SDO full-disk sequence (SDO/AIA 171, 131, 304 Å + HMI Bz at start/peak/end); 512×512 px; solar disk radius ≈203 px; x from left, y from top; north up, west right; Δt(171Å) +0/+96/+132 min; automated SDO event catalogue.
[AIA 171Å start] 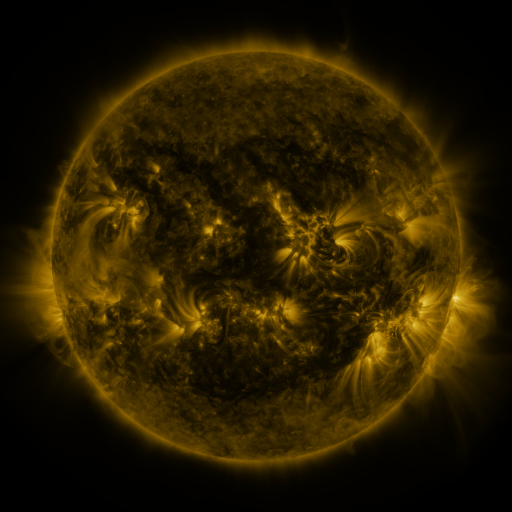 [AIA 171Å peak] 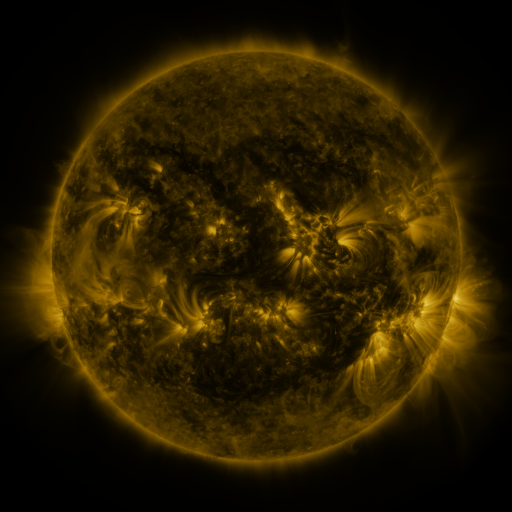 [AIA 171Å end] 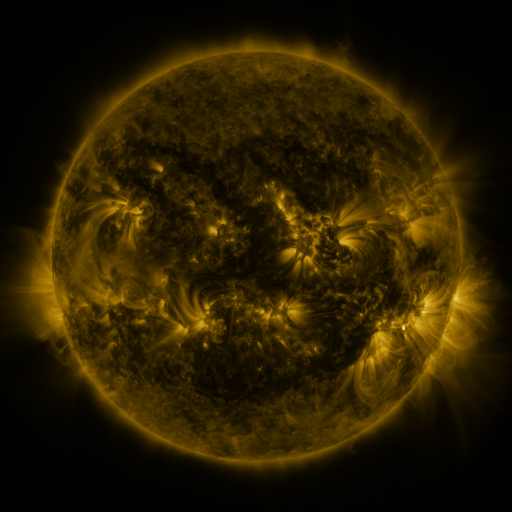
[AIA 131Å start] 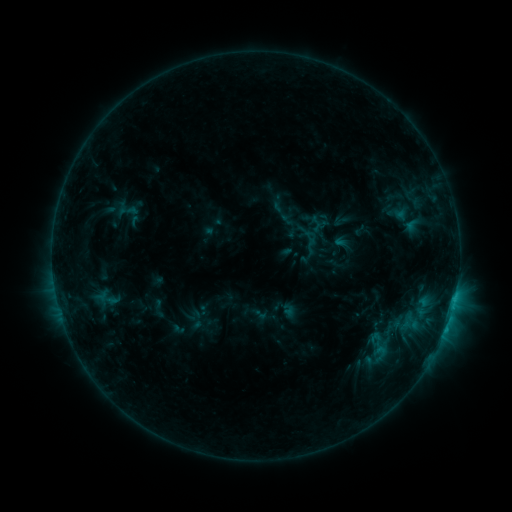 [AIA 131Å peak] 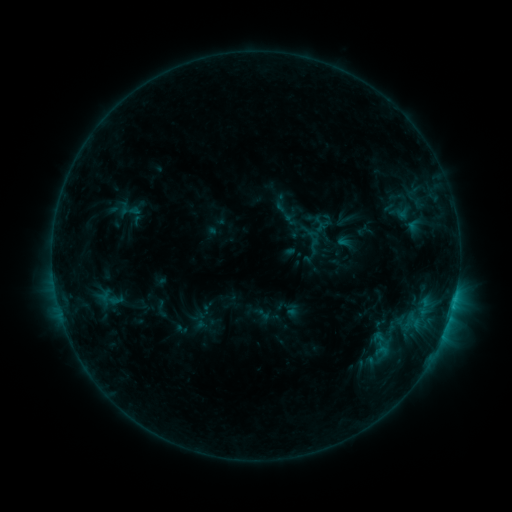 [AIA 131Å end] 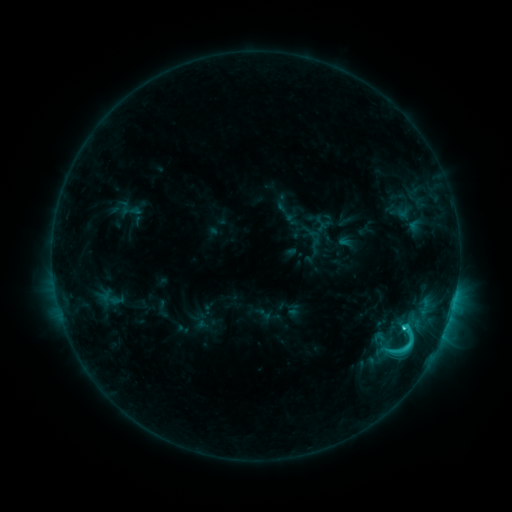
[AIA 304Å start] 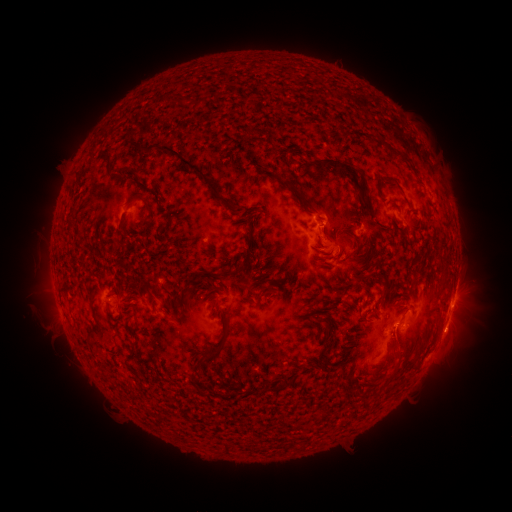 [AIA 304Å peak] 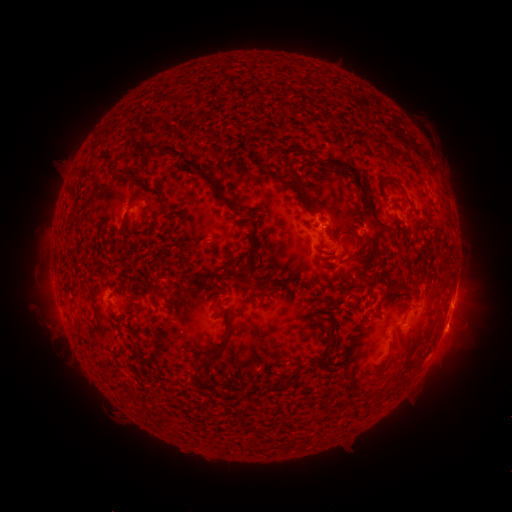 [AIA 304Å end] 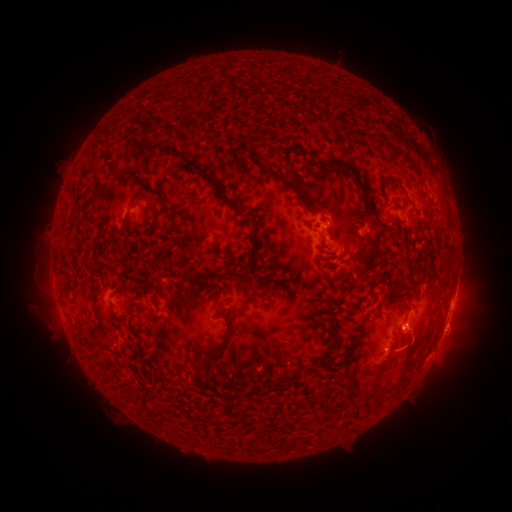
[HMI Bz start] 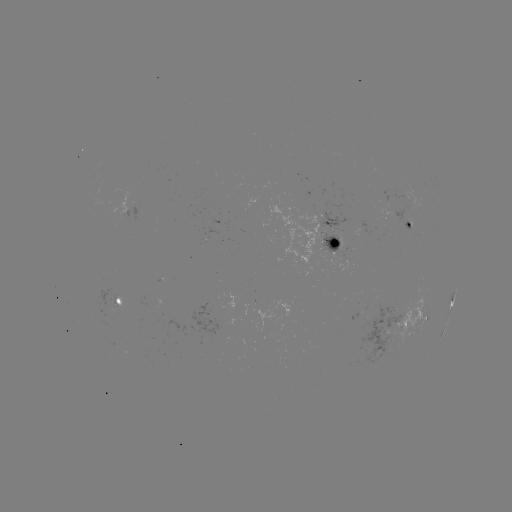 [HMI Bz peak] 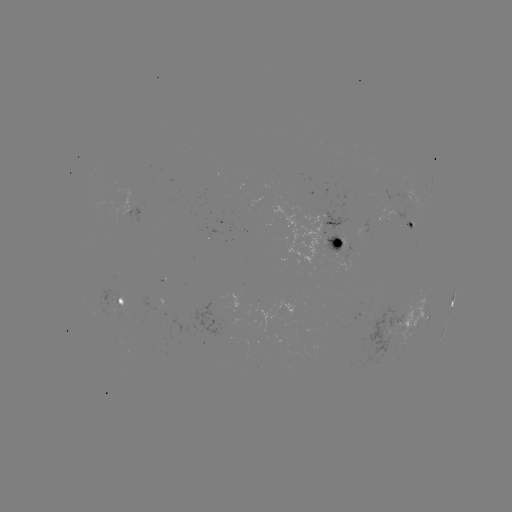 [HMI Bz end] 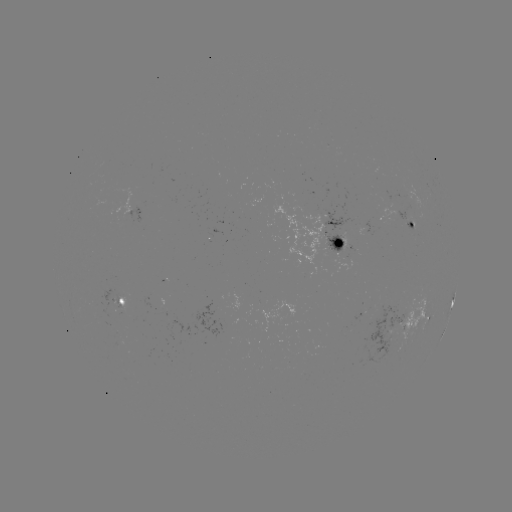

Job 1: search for emerging-flux region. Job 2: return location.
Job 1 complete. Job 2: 404,216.